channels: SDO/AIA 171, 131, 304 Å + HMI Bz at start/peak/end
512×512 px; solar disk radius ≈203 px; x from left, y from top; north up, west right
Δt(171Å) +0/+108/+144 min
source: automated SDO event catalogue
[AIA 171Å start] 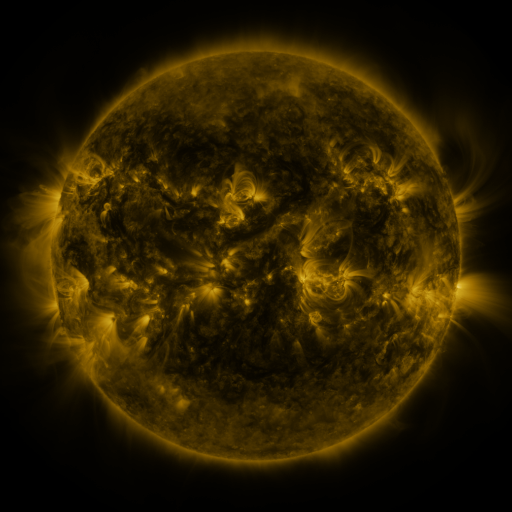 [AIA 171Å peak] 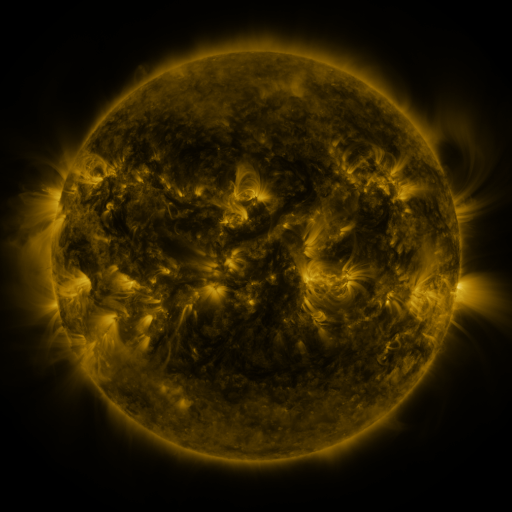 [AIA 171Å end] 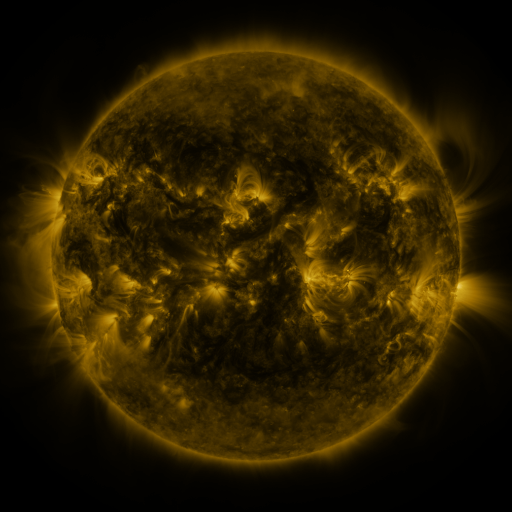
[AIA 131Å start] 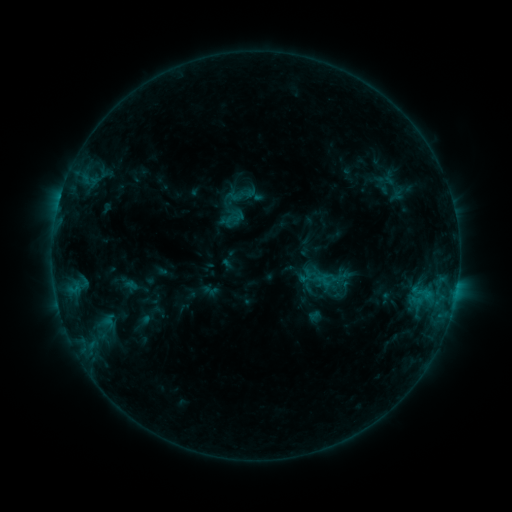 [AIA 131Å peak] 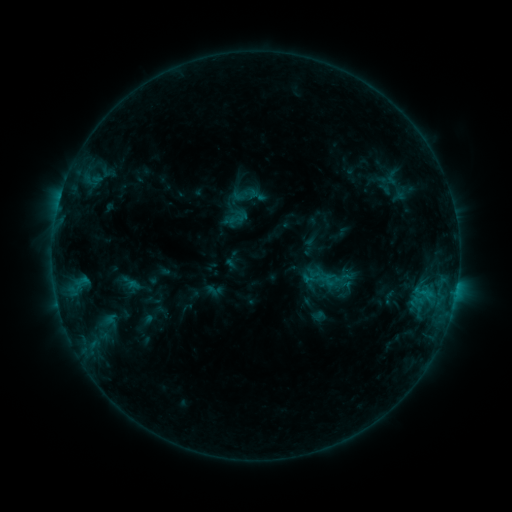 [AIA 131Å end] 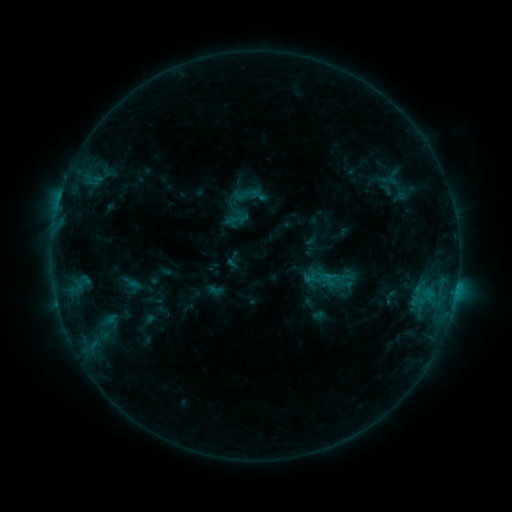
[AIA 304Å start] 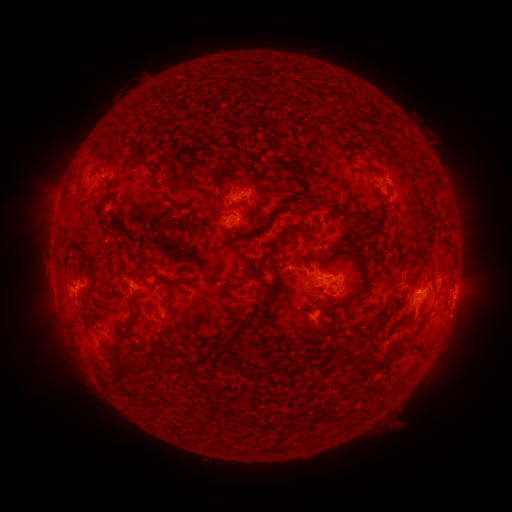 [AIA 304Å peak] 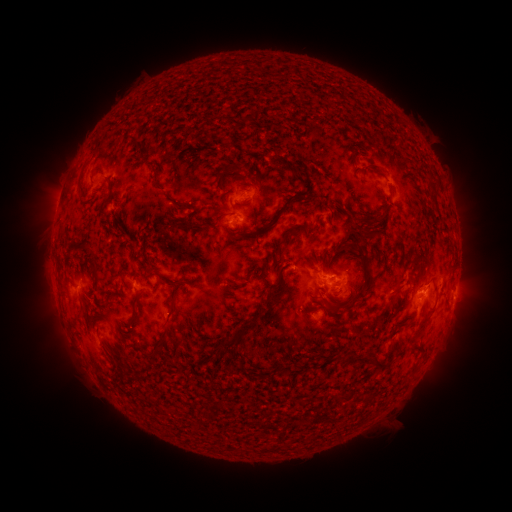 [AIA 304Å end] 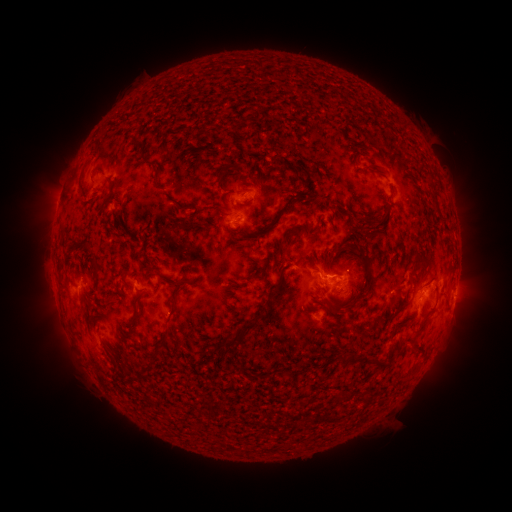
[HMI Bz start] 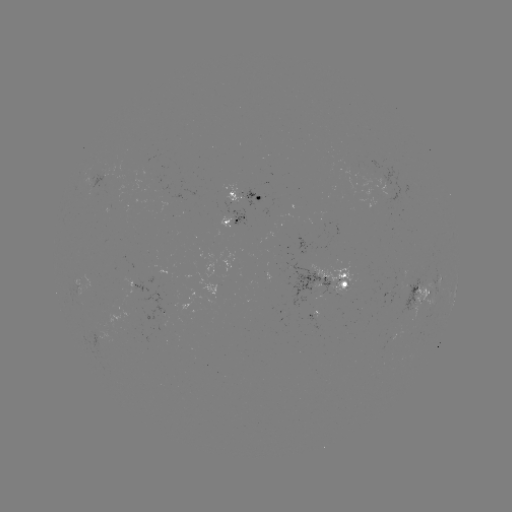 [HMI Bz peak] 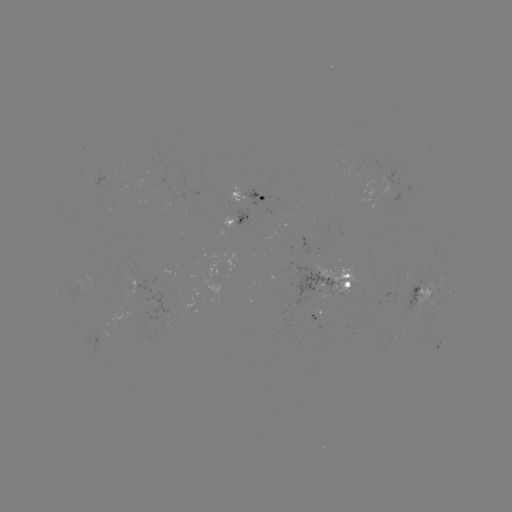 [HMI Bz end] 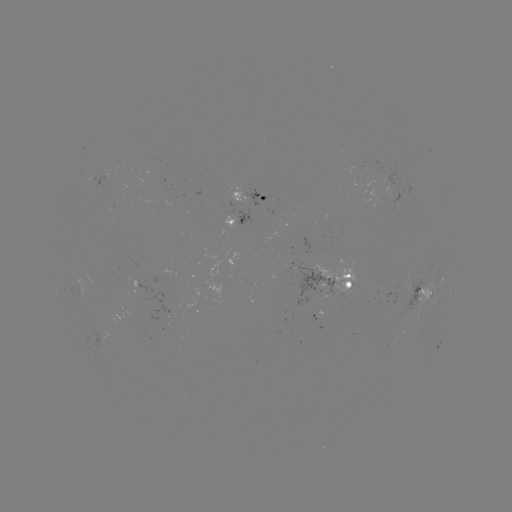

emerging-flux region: <bbox>94, 169, 110, 188</bbox>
